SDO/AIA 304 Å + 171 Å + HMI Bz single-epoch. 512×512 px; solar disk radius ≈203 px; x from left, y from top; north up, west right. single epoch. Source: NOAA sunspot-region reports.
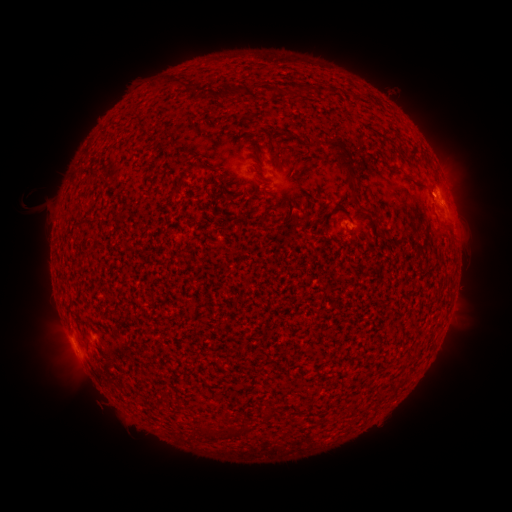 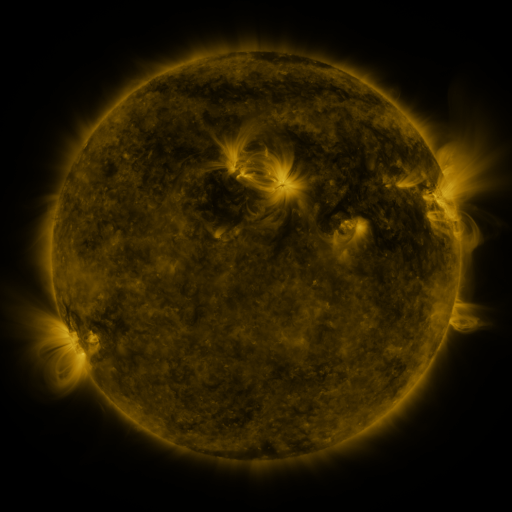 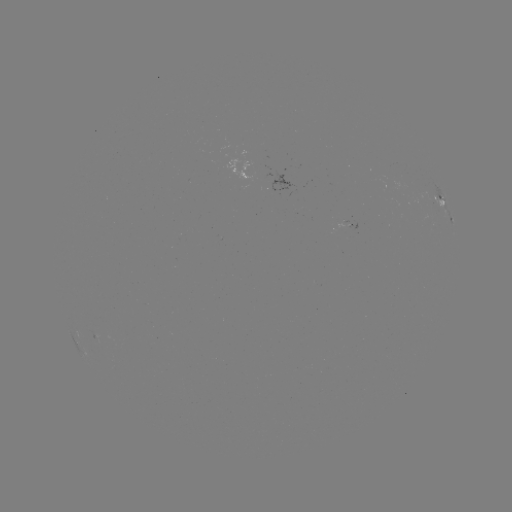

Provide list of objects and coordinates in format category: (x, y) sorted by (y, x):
spotted active region: (441, 200)
spotted active region: (451, 222)
